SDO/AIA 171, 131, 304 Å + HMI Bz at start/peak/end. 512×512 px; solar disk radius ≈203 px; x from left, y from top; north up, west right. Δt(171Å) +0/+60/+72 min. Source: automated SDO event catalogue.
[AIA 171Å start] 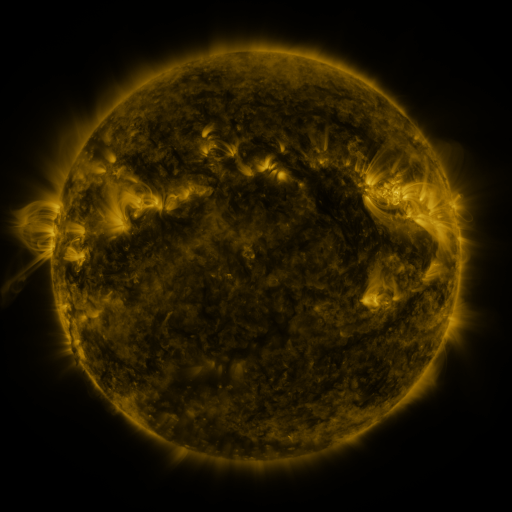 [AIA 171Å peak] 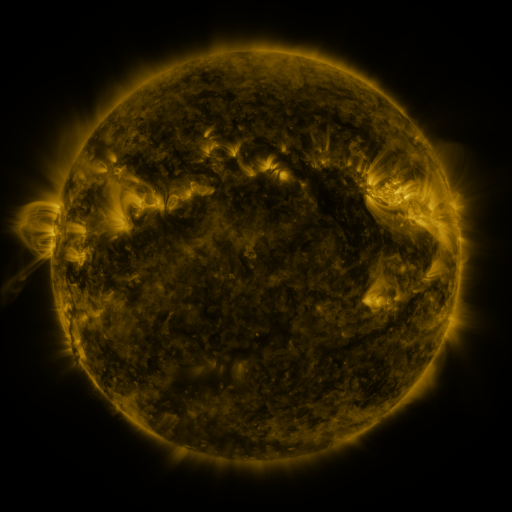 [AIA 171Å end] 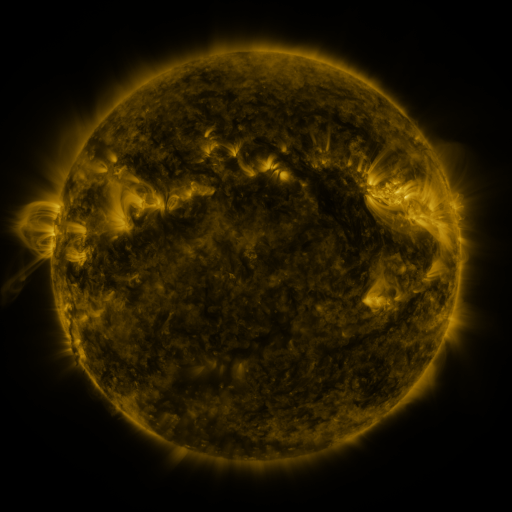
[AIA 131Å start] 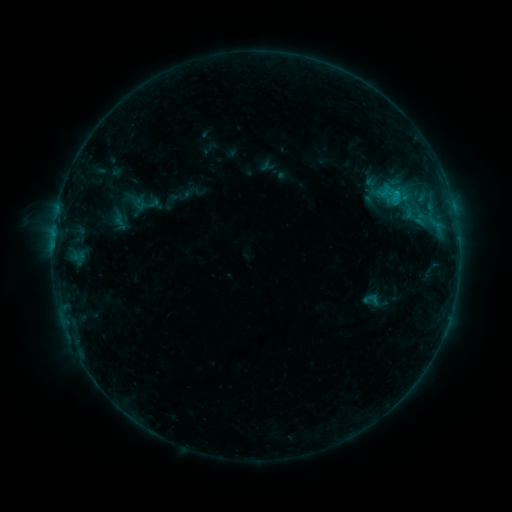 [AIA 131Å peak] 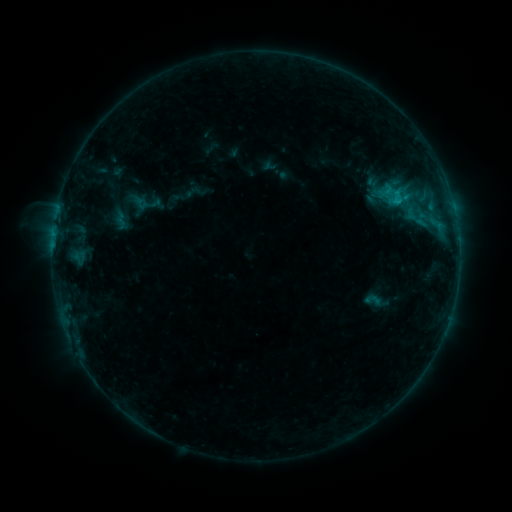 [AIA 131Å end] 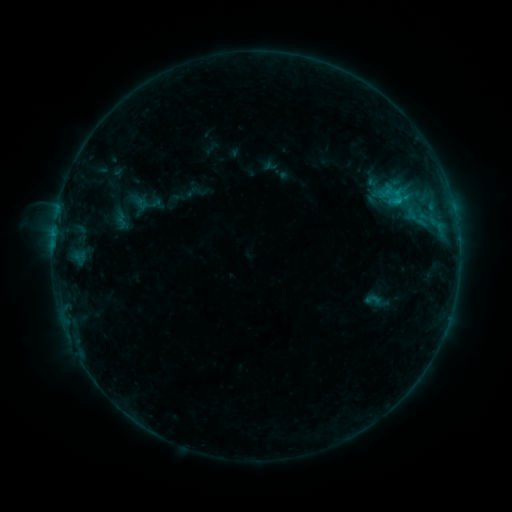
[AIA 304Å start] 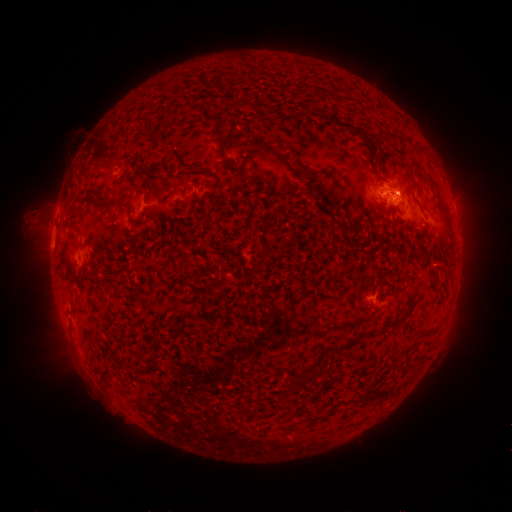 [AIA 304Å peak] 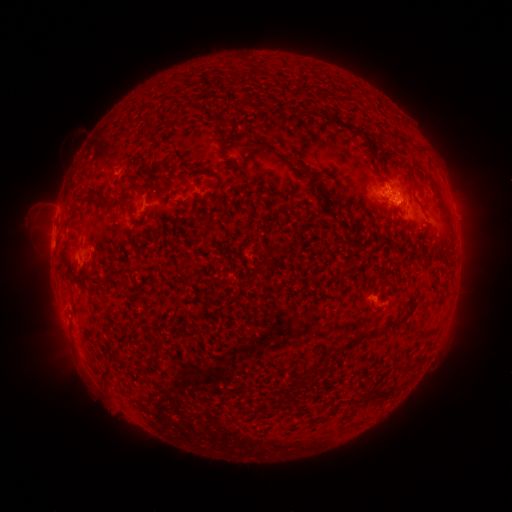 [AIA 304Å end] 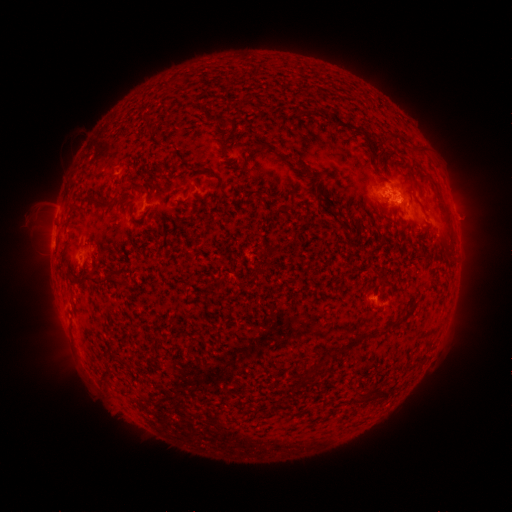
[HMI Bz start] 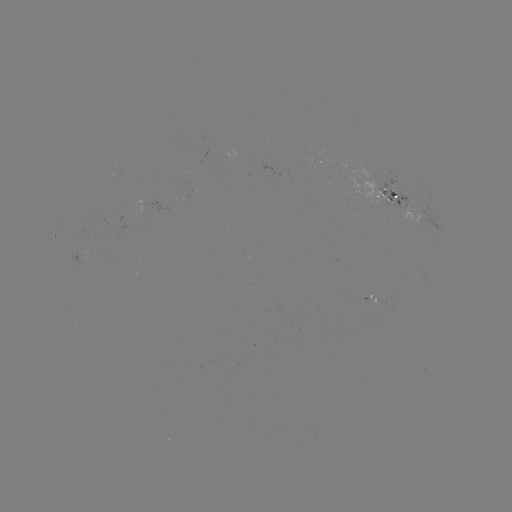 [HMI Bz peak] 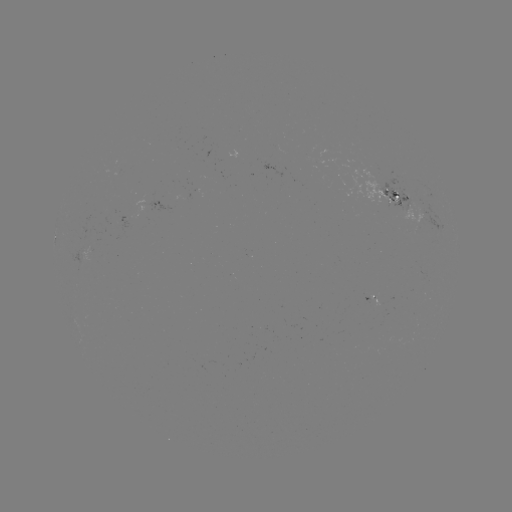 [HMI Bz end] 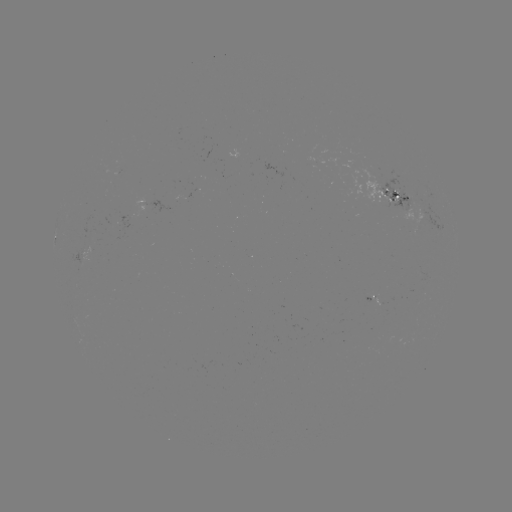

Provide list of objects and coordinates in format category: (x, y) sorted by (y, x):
emerging-flux region: (412, 194)
